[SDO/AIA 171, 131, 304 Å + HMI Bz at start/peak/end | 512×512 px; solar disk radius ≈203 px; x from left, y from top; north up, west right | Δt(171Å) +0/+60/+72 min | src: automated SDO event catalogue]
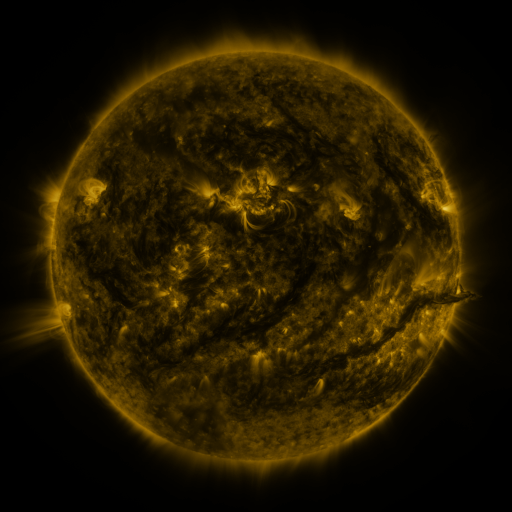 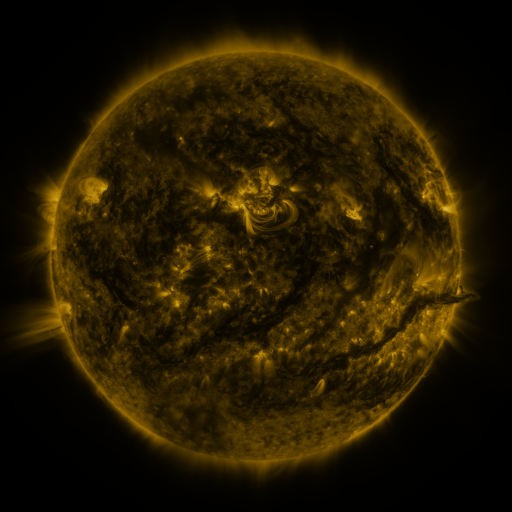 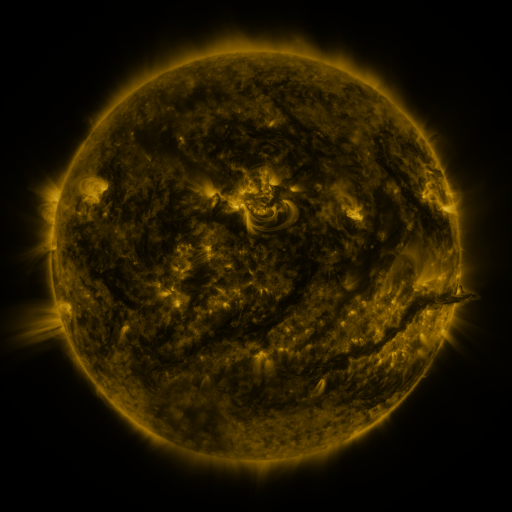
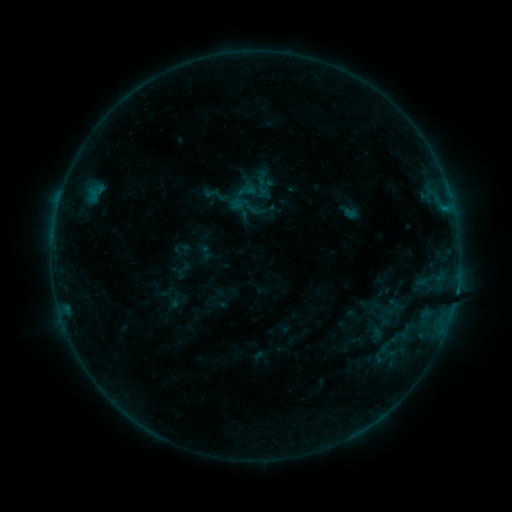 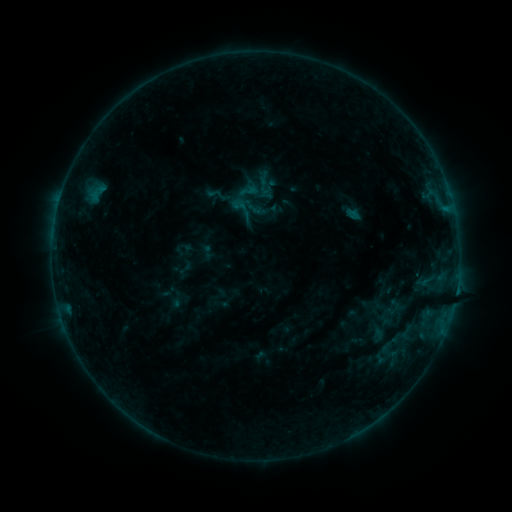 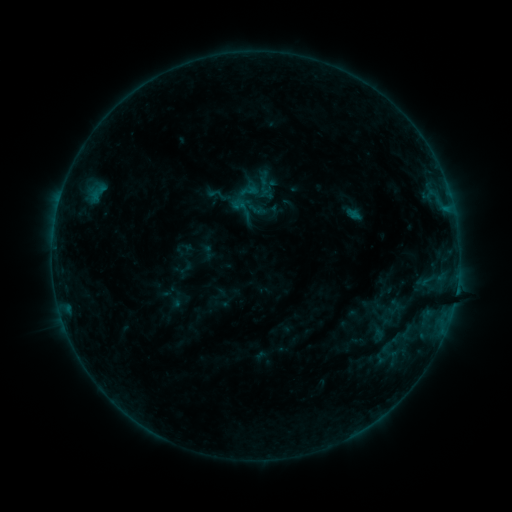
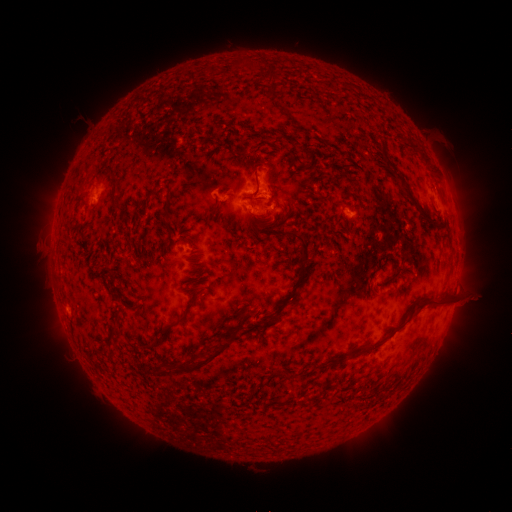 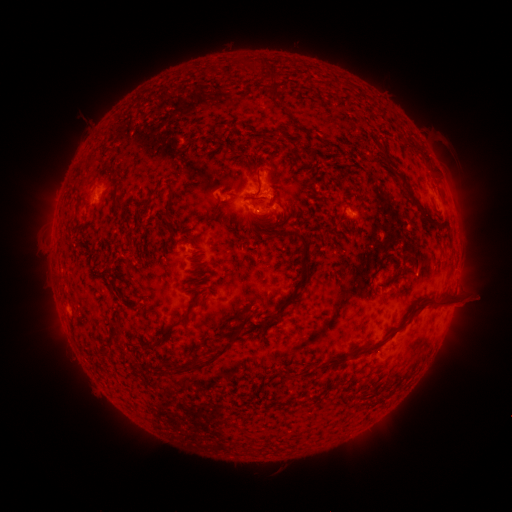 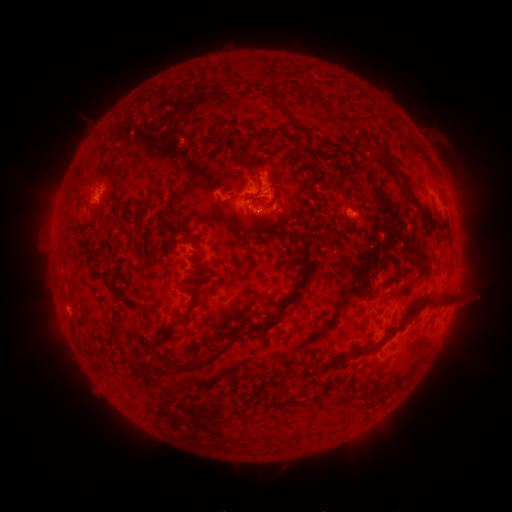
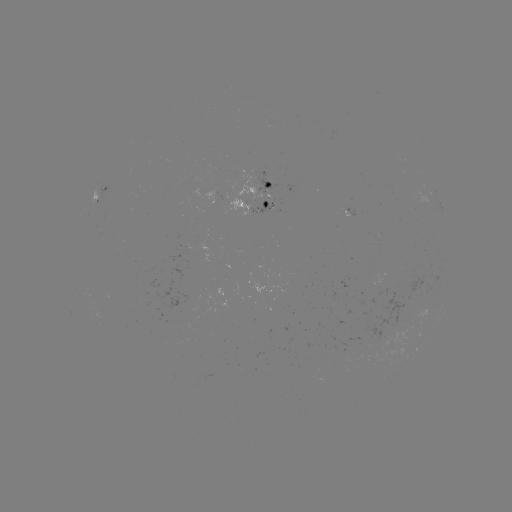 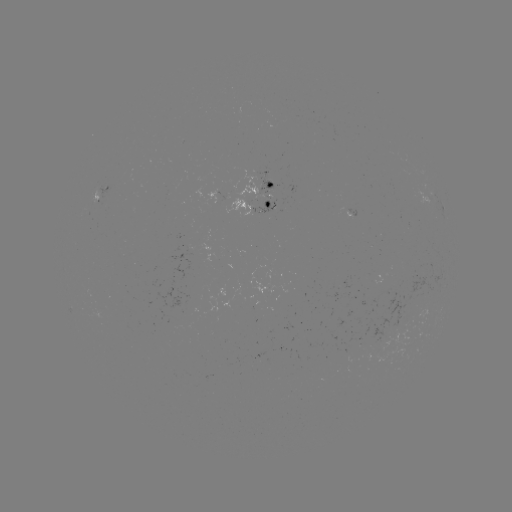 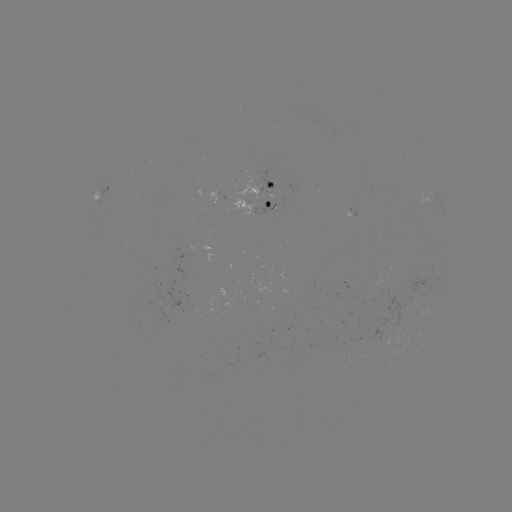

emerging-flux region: (250, 201, 275, 216)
